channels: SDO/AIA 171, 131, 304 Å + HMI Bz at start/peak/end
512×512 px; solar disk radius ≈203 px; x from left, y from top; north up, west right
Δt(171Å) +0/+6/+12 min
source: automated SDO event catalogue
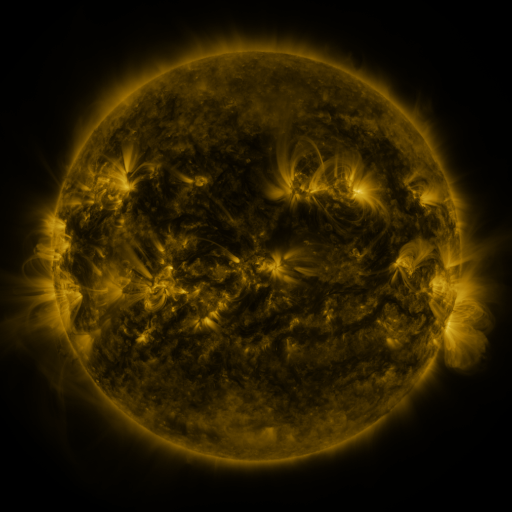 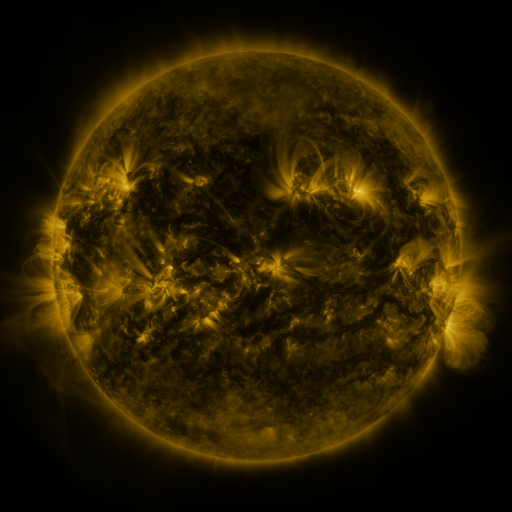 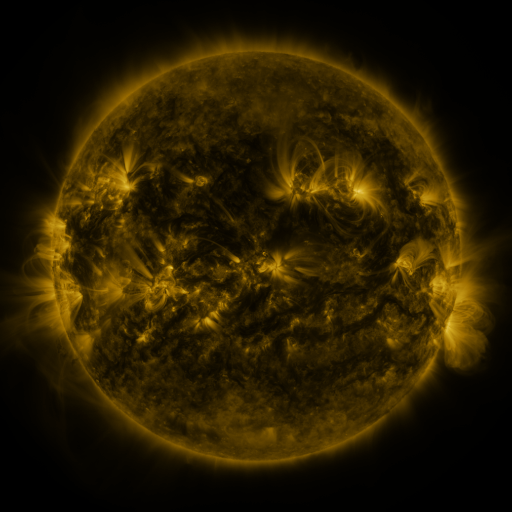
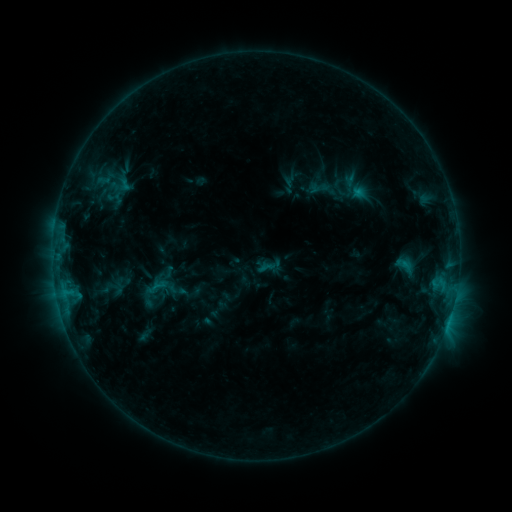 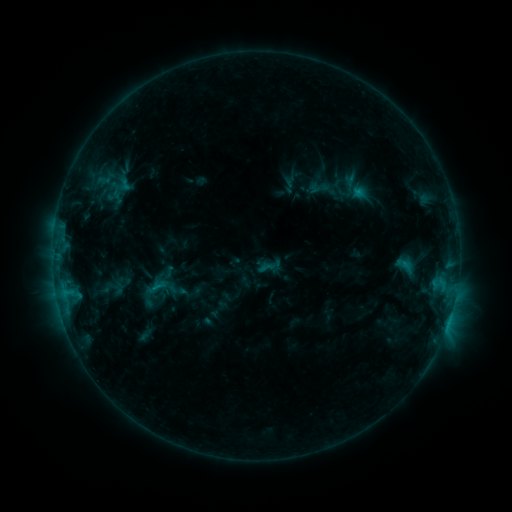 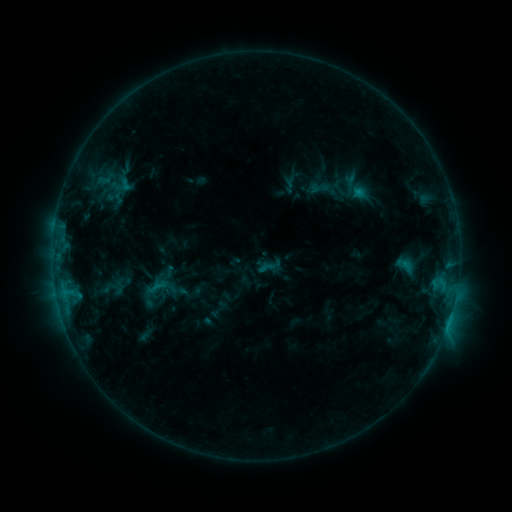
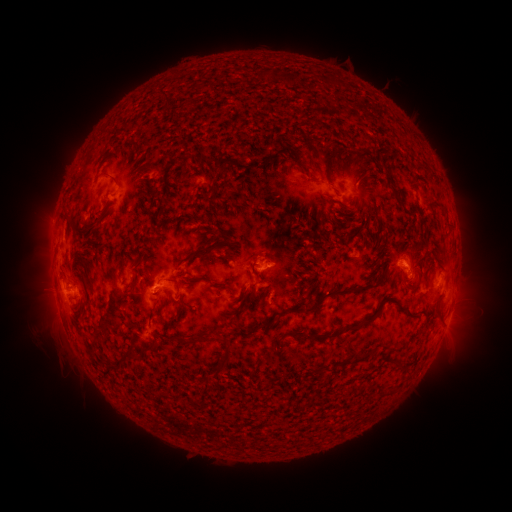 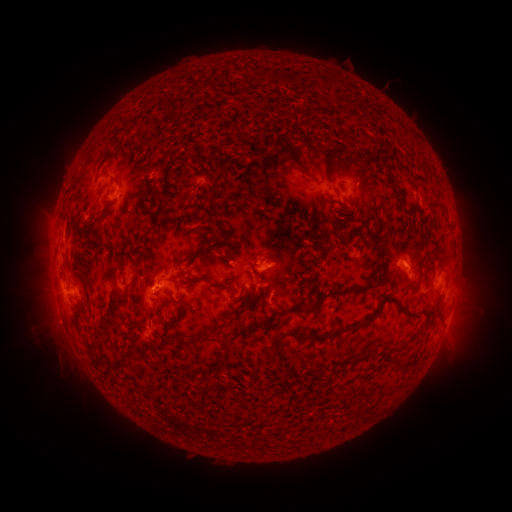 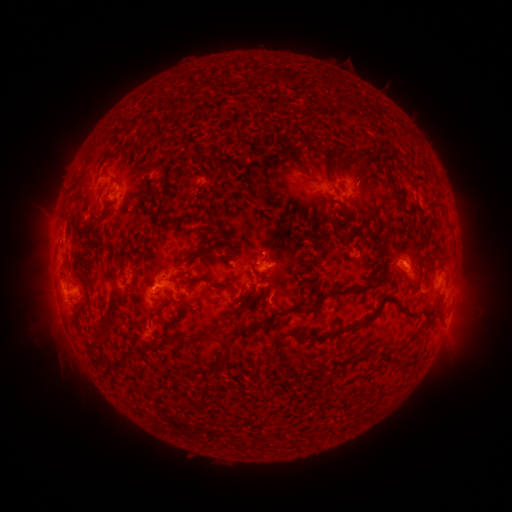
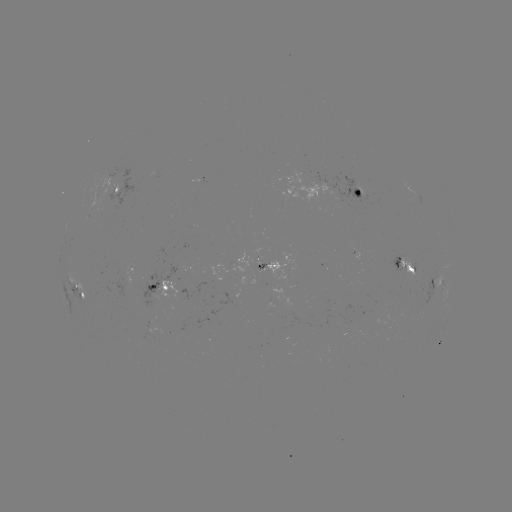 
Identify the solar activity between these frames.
nothing was catalogued: no classed flare, no EUV trigger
